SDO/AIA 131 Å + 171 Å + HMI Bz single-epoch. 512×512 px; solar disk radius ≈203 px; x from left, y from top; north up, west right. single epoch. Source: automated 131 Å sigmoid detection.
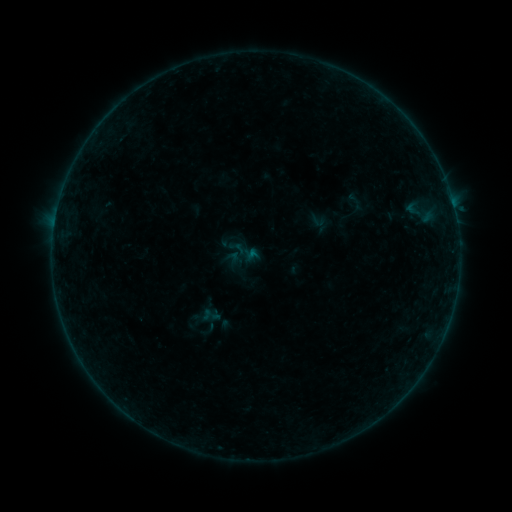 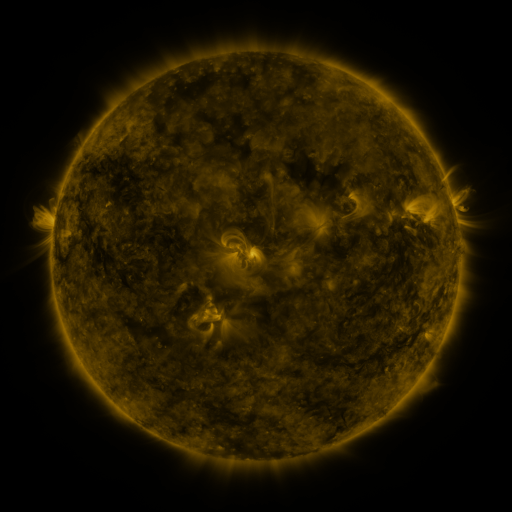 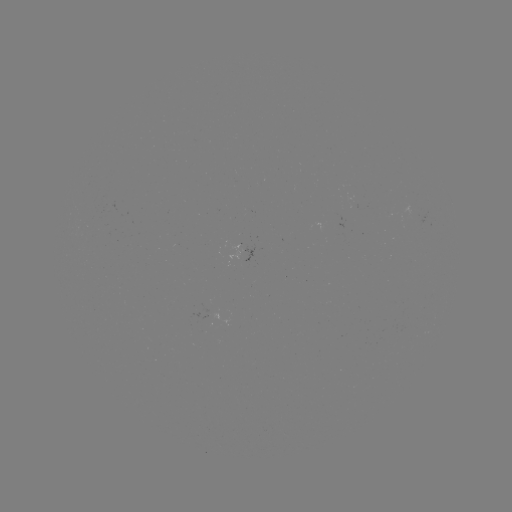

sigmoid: [342, 192, 370, 214]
